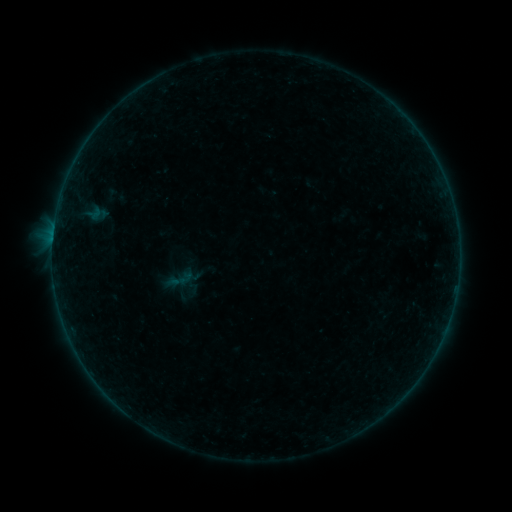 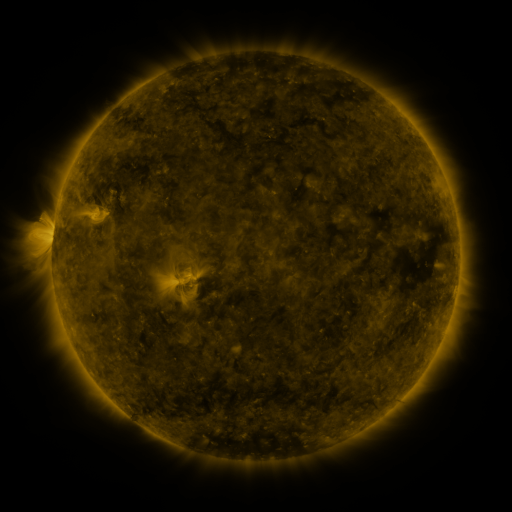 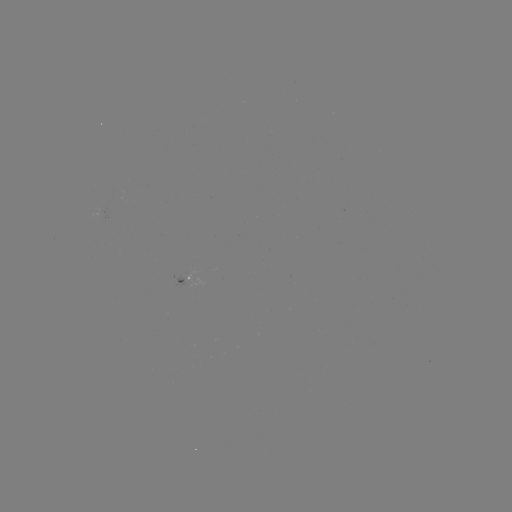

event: sigmoid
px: (179, 279)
